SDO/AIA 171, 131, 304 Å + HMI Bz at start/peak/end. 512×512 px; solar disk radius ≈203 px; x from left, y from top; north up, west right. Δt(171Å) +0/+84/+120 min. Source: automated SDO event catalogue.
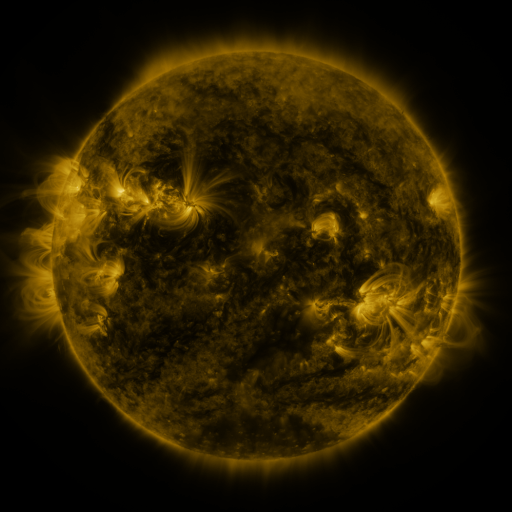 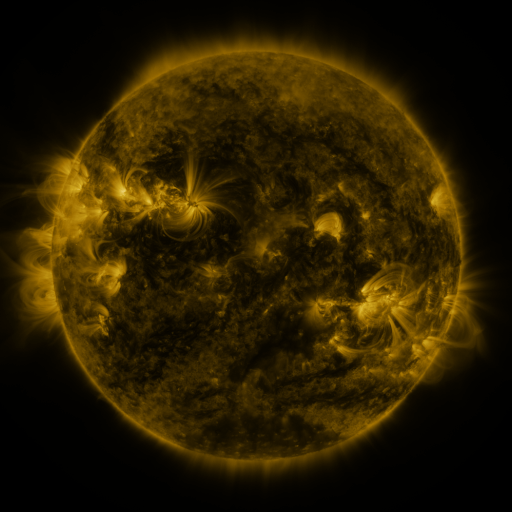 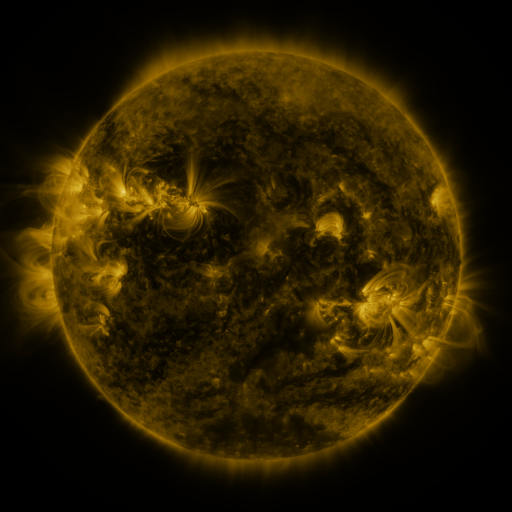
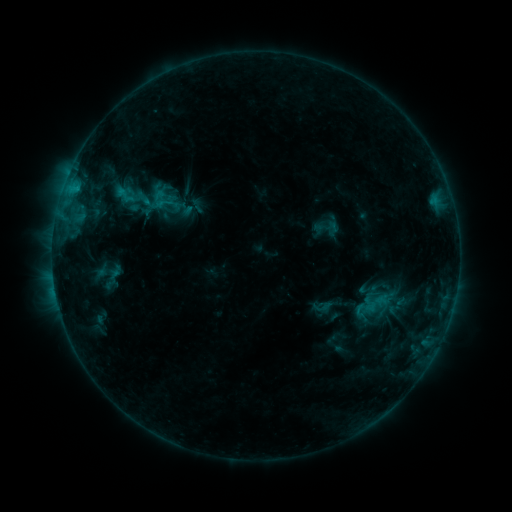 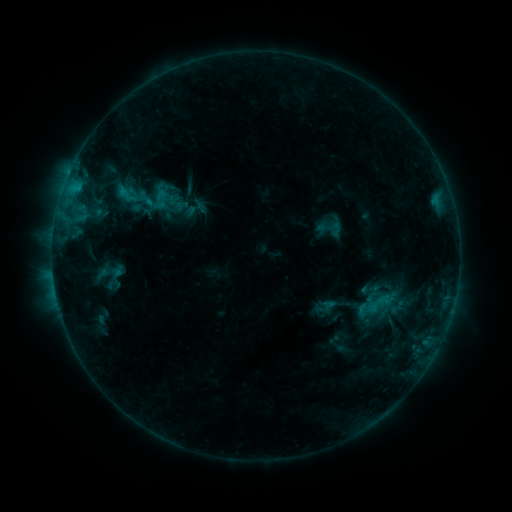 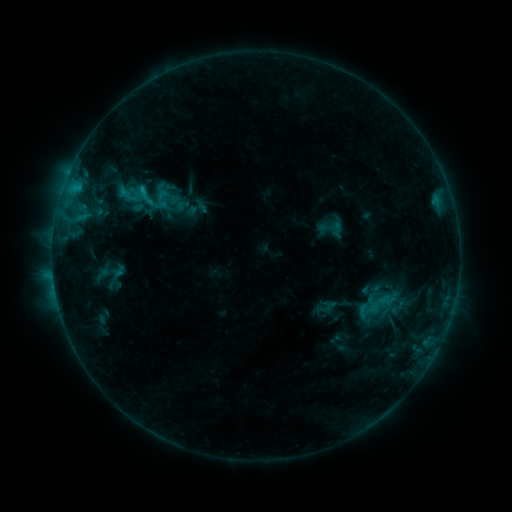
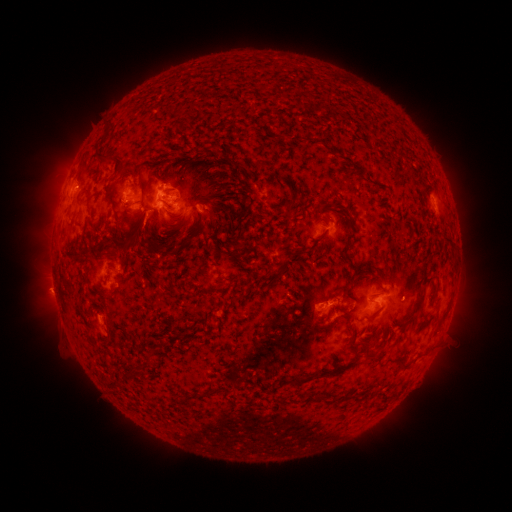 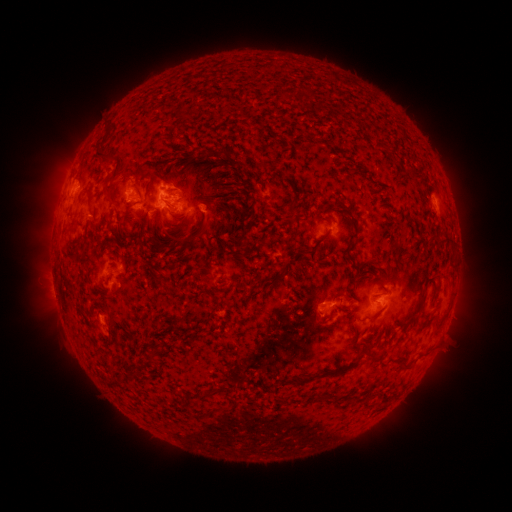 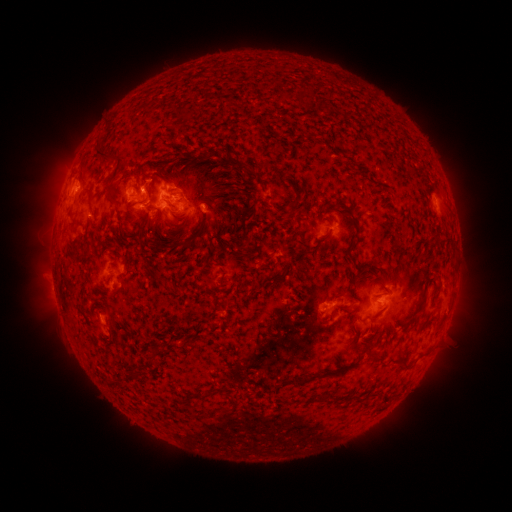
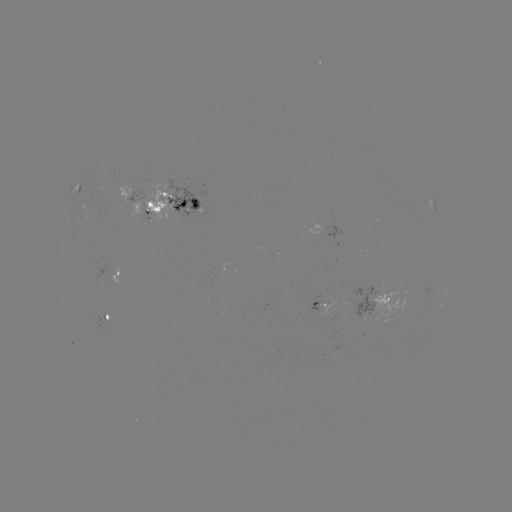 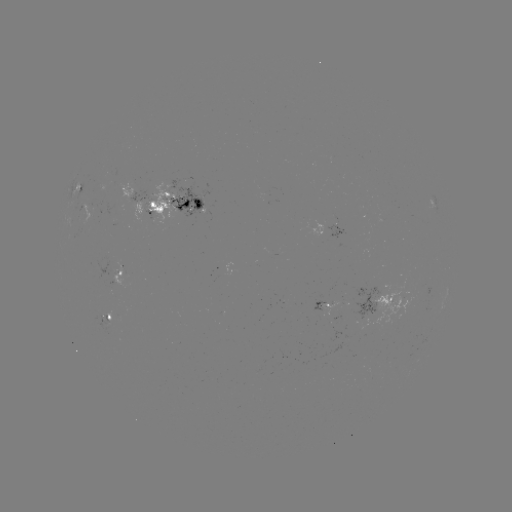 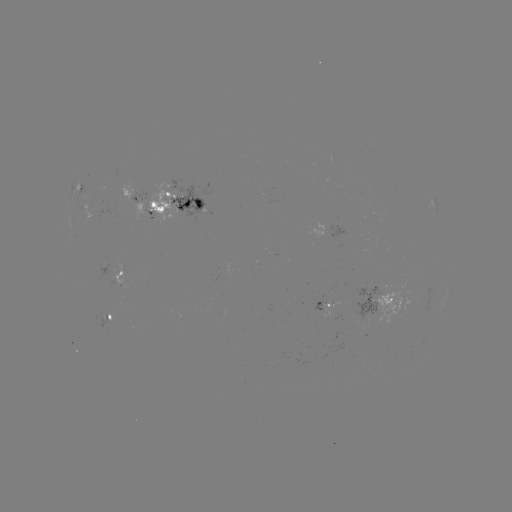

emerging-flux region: (104, 170, 116, 177)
